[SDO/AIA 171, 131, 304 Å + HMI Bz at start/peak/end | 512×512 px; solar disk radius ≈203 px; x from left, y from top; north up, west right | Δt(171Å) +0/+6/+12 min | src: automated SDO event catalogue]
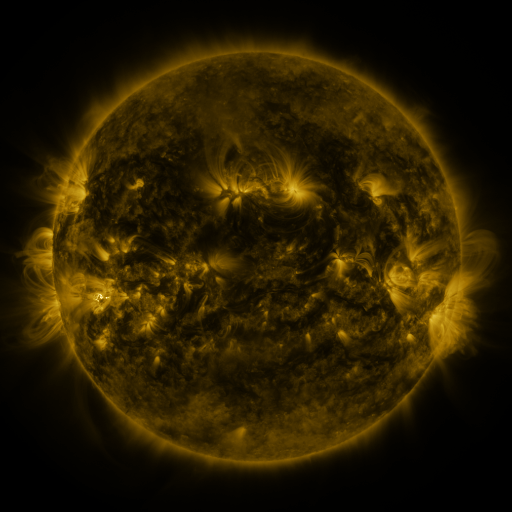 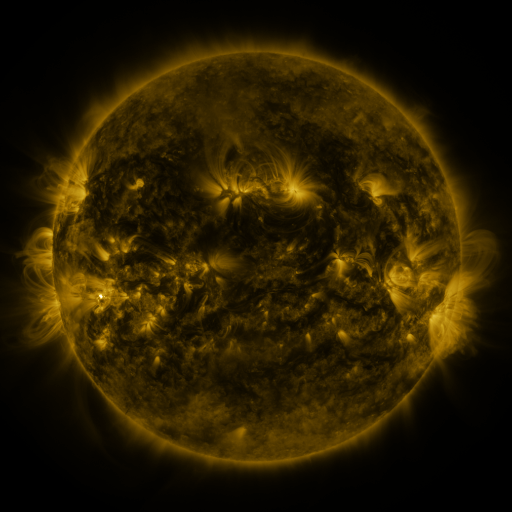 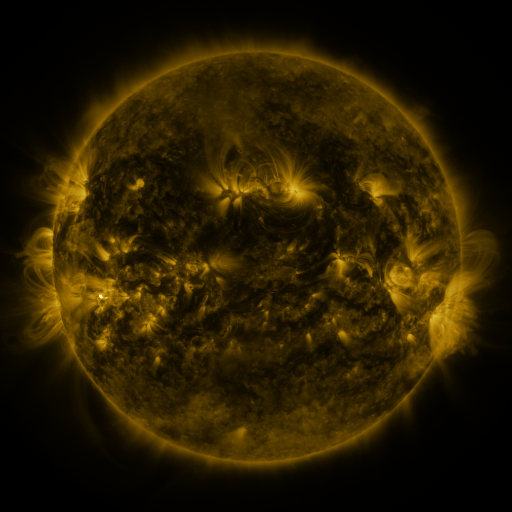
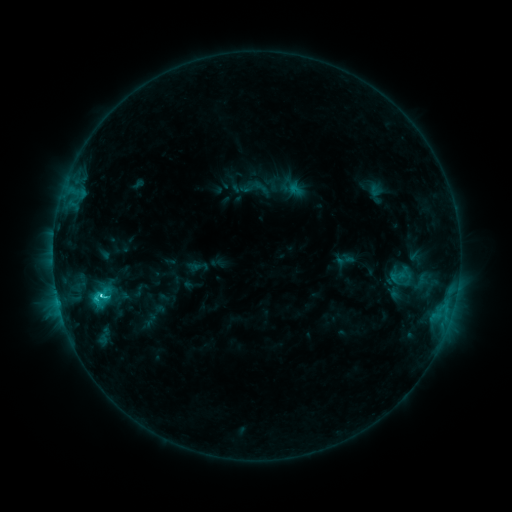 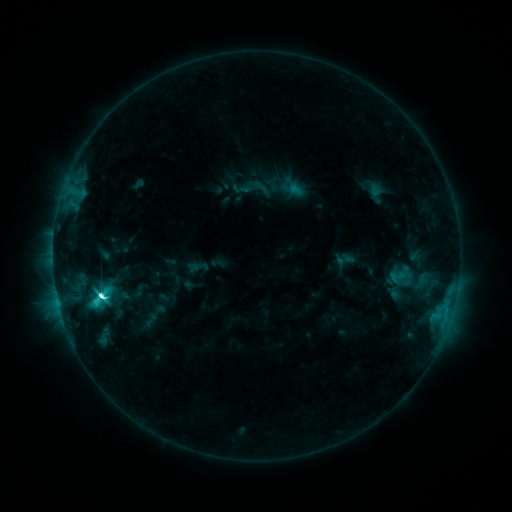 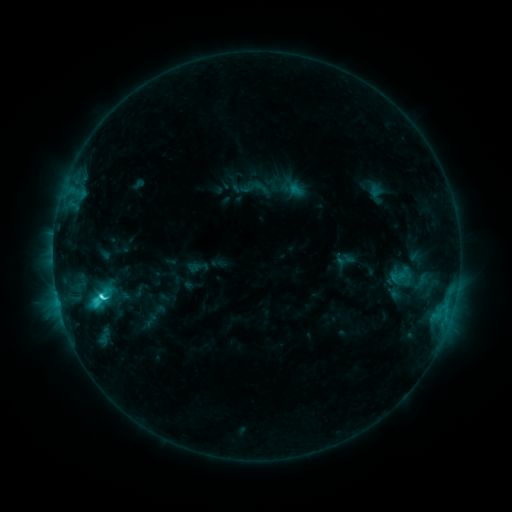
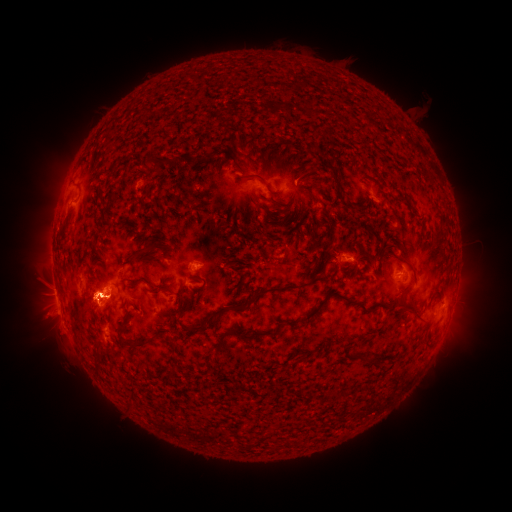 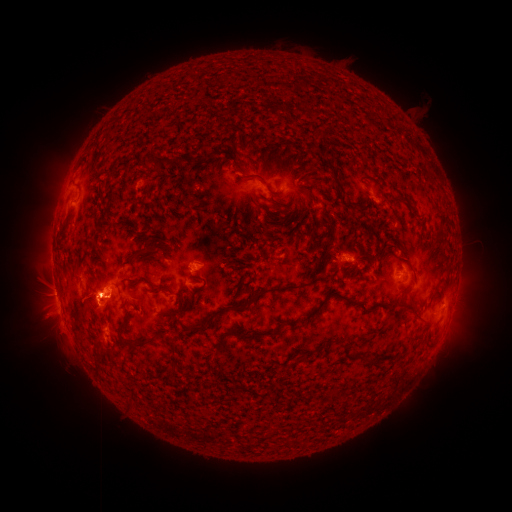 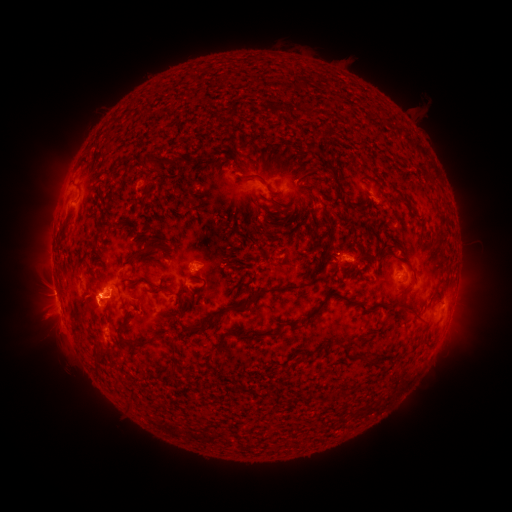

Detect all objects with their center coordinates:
C9.9 flare: (103, 293)
